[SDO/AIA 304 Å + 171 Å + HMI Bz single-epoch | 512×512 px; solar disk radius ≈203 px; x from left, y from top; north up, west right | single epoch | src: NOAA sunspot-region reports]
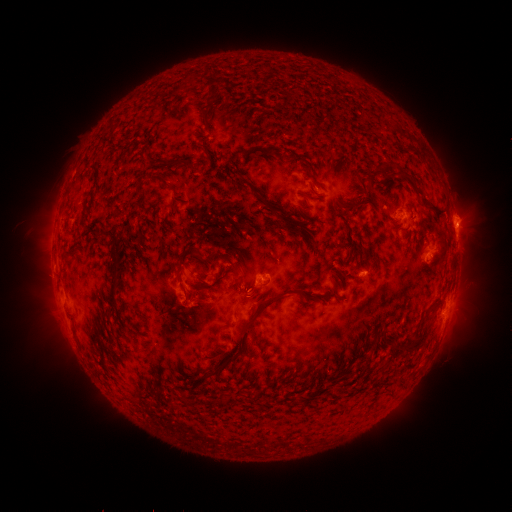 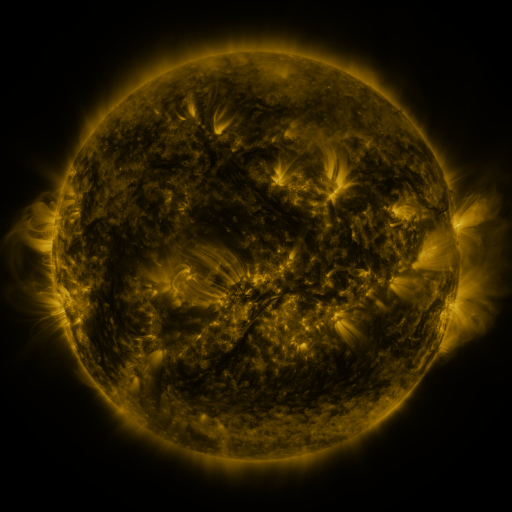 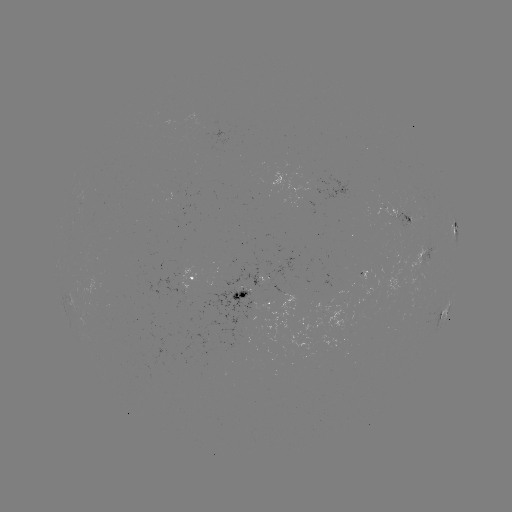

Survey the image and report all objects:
spotted active region: (403, 213)
spotted active region: (455, 228)
spotted active region: (424, 243)
spotted active region: (197, 280)
spotted active region: (259, 293)
spotted active region: (448, 309)
